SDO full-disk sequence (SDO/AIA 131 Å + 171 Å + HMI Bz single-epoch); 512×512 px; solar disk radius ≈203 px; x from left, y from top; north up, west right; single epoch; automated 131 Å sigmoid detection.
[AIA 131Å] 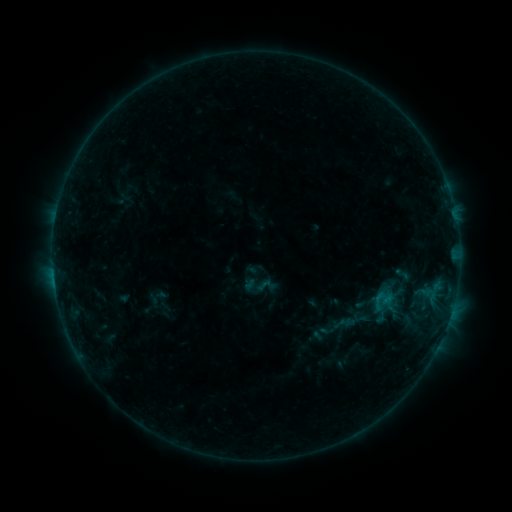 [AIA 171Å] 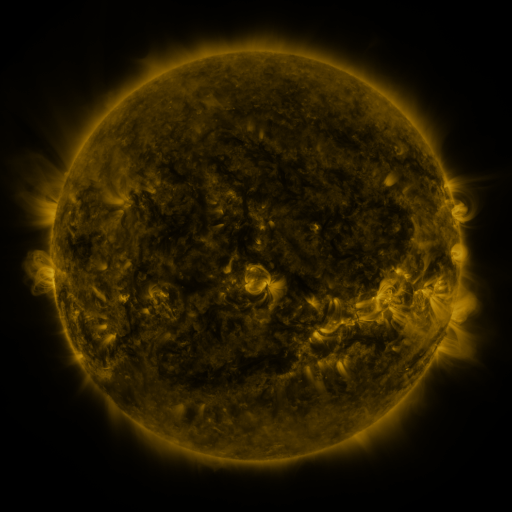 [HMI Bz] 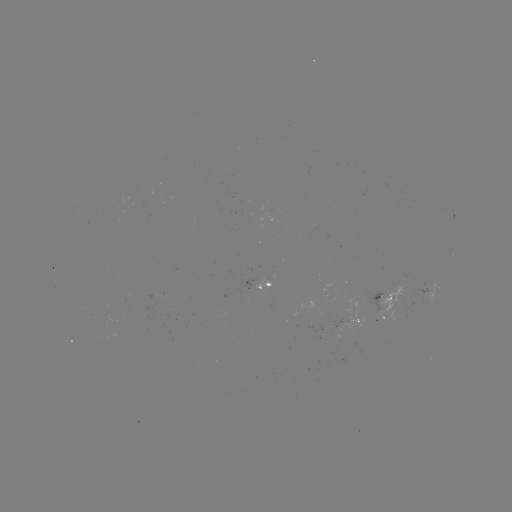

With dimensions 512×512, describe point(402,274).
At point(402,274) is sigmoid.